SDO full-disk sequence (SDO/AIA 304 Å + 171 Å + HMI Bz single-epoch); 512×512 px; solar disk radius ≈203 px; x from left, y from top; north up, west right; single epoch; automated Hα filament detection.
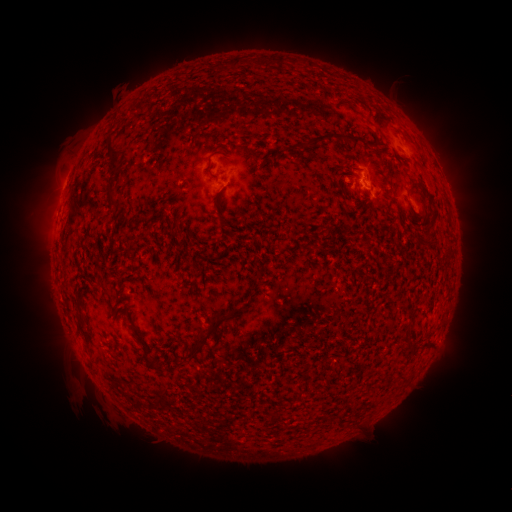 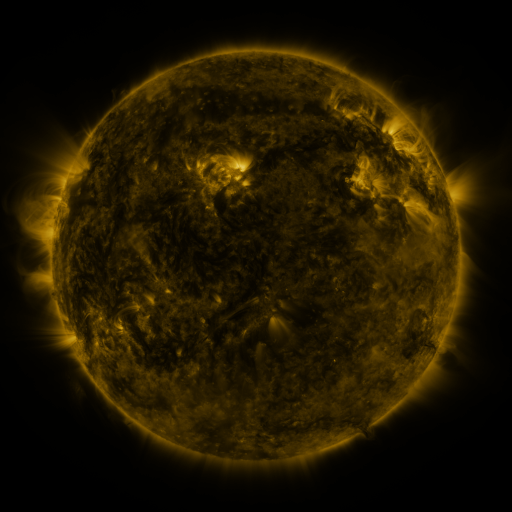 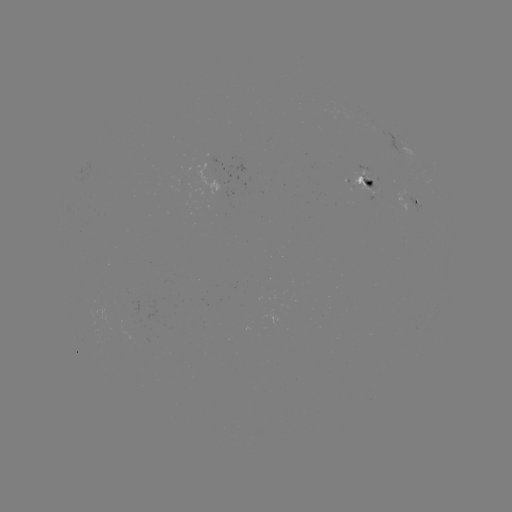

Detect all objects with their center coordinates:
filament: (284, 62)
filament: (235, 64)
filament: (380, 132)
filament: (320, 140)
filament: (356, 142)
filament: (113, 154)
filament: (112, 200)
filament: (225, 225)
filament: (83, 331)
filament: (207, 336)
filament: (419, 345)
filament: (145, 352)
